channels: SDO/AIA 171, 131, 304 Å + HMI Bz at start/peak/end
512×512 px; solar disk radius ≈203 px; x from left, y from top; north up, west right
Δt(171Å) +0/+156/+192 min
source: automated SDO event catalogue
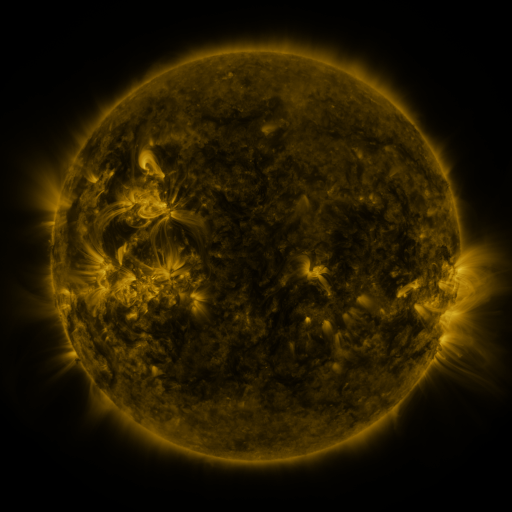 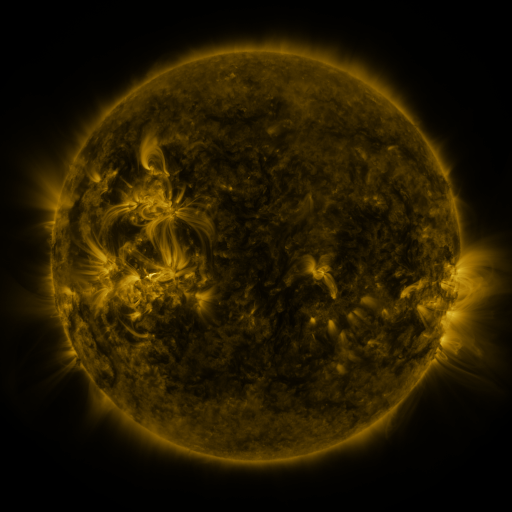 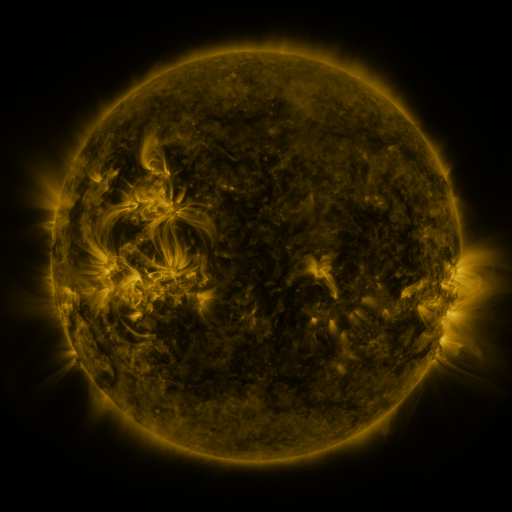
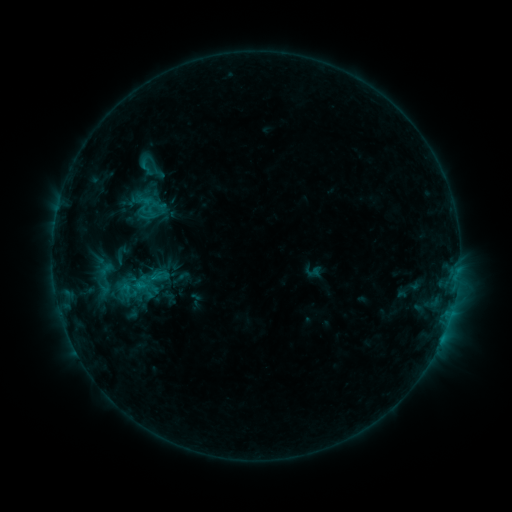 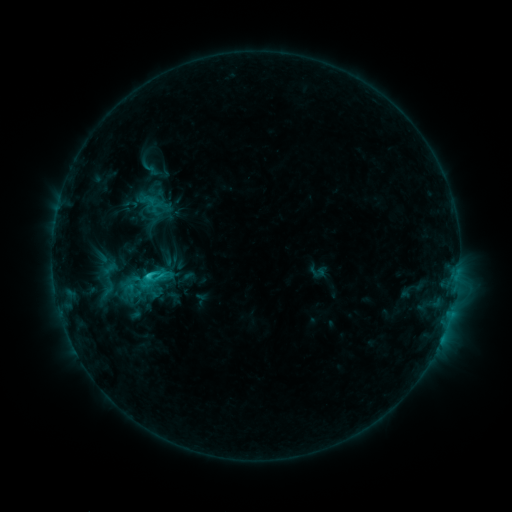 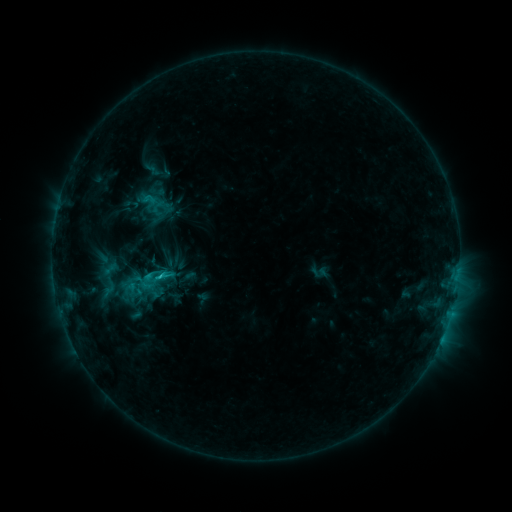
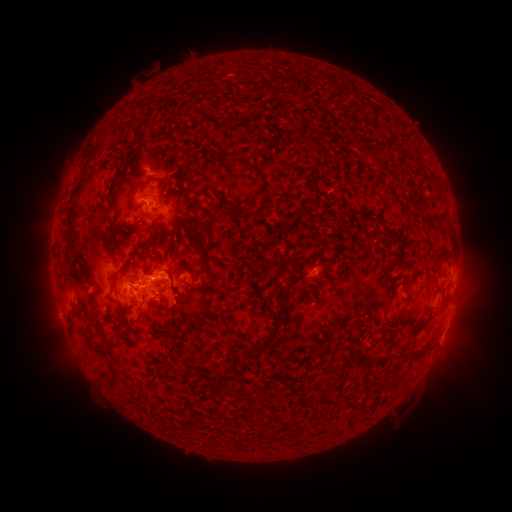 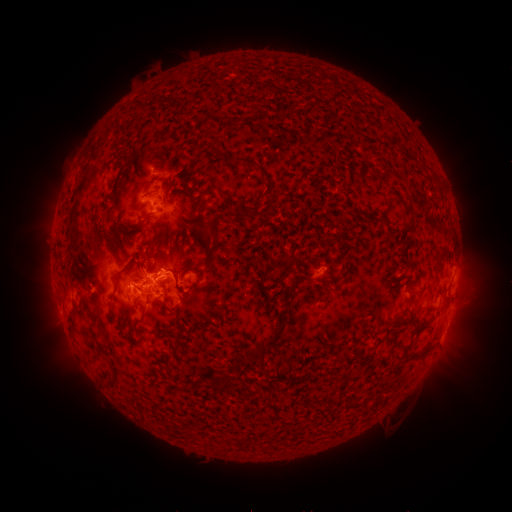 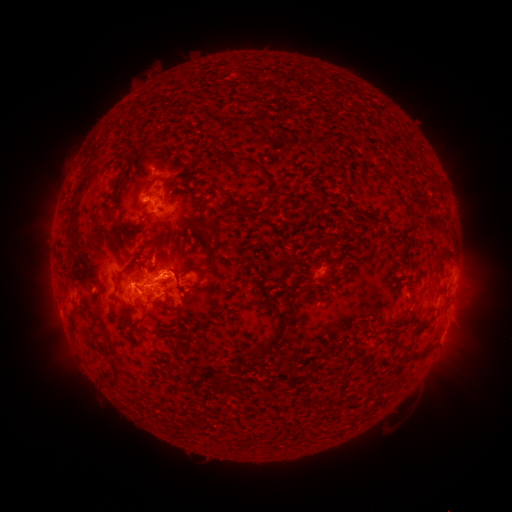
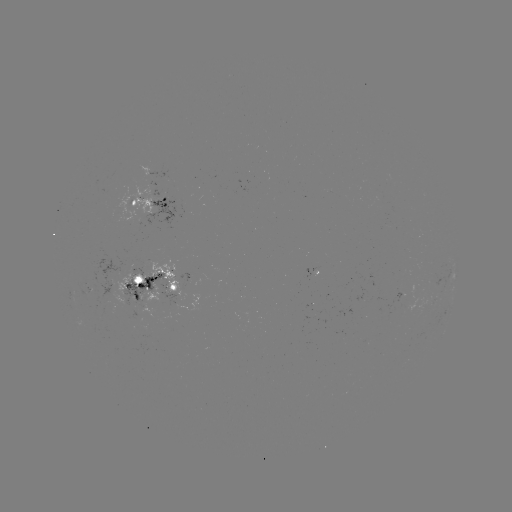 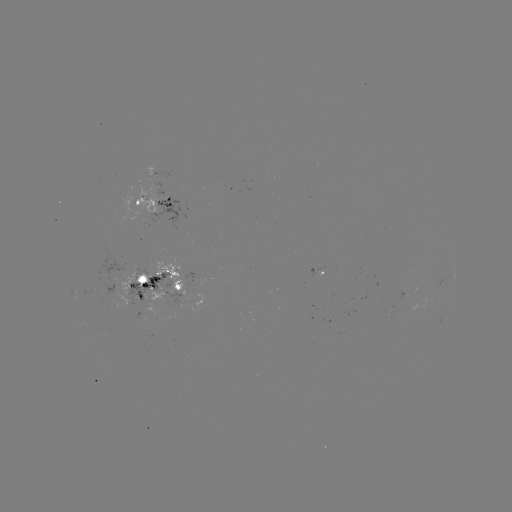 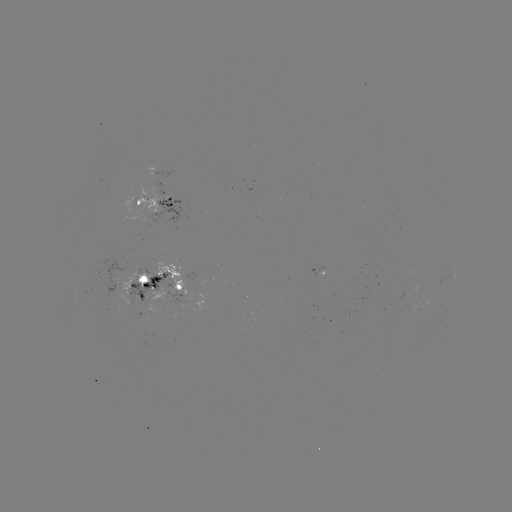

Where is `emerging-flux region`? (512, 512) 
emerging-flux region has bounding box [153, 182, 167, 202].